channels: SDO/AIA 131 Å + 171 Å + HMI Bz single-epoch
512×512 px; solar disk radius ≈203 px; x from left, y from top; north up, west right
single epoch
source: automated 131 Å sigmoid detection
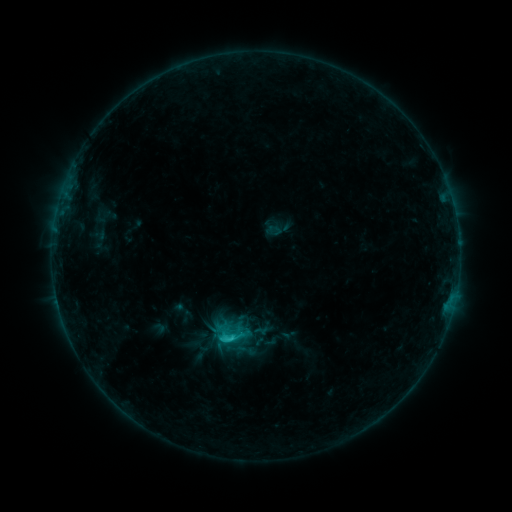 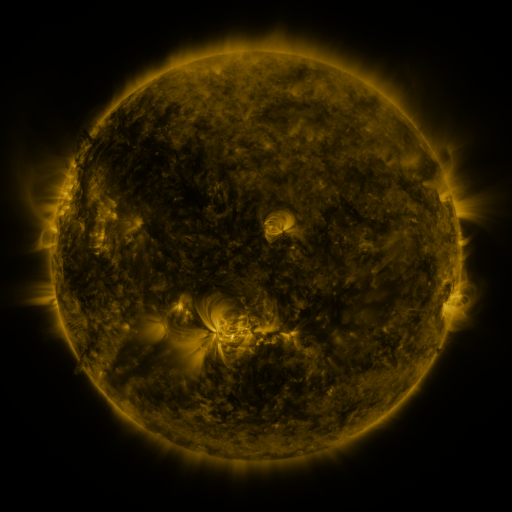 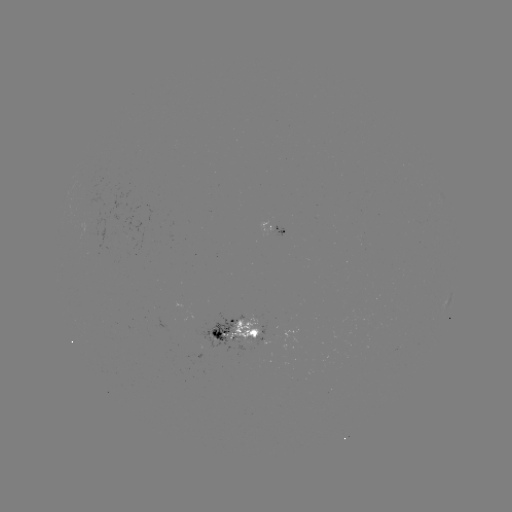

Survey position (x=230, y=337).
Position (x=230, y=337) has sigmoid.